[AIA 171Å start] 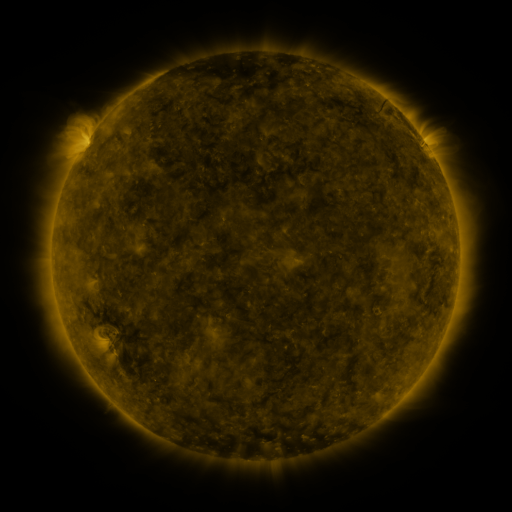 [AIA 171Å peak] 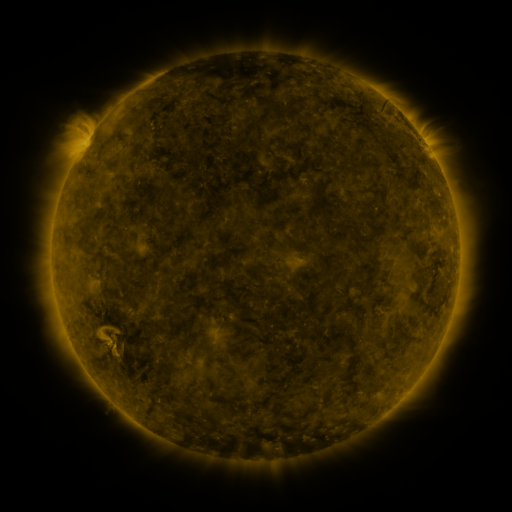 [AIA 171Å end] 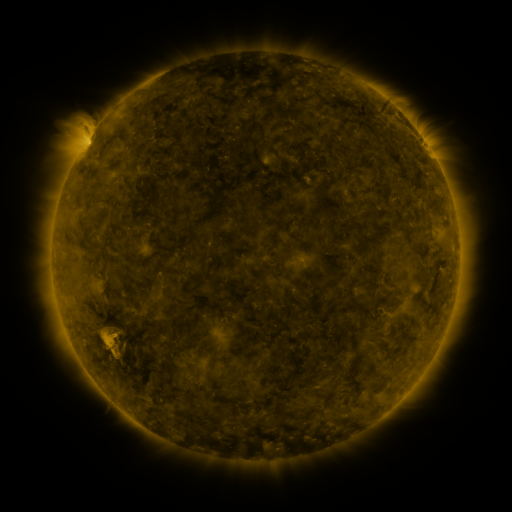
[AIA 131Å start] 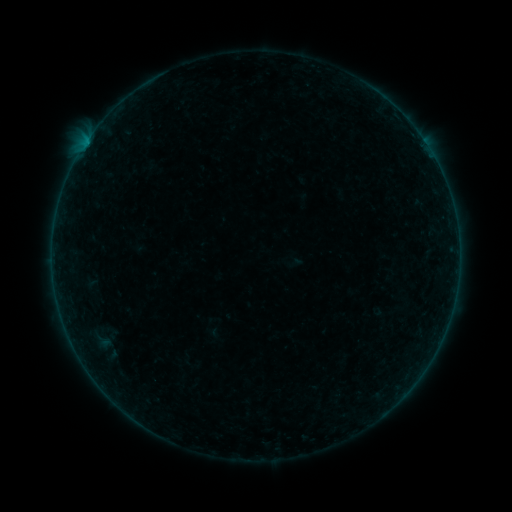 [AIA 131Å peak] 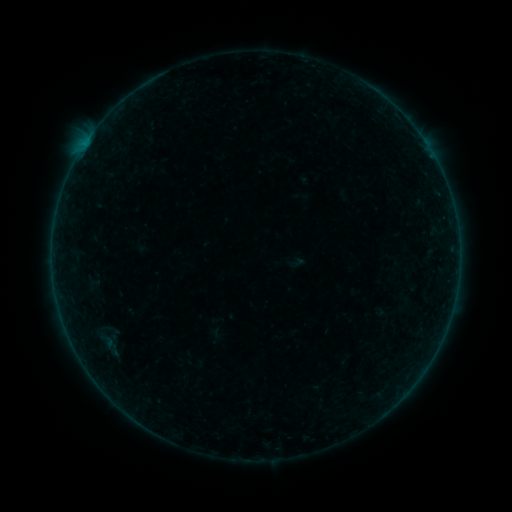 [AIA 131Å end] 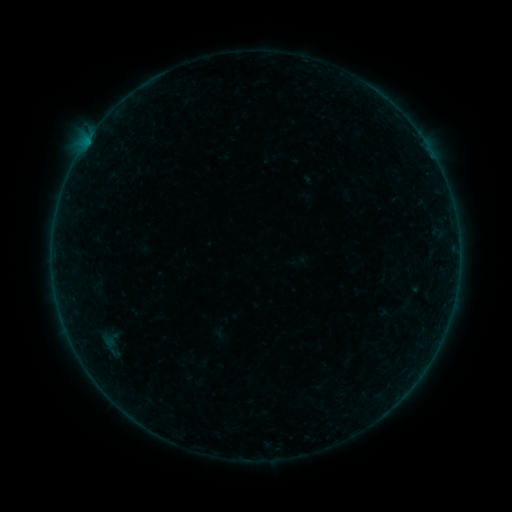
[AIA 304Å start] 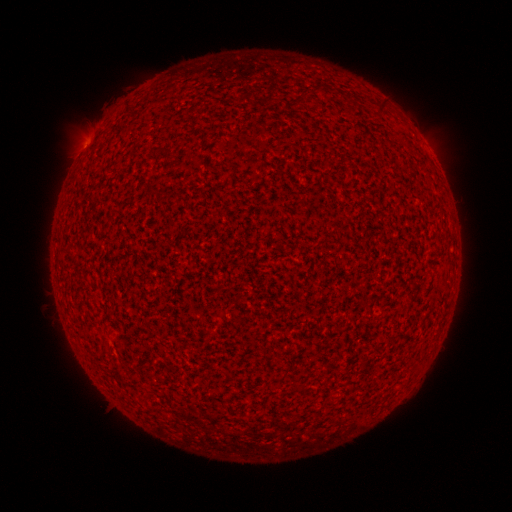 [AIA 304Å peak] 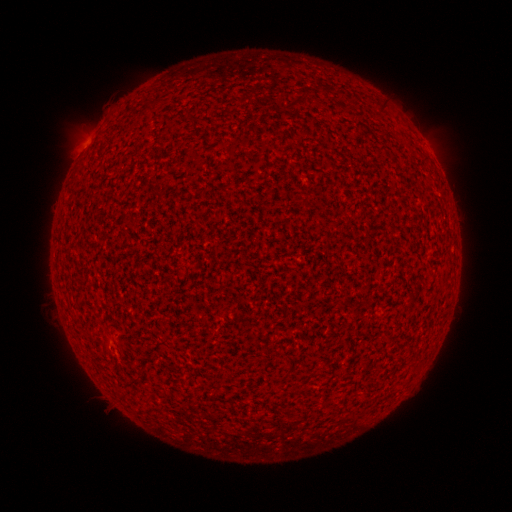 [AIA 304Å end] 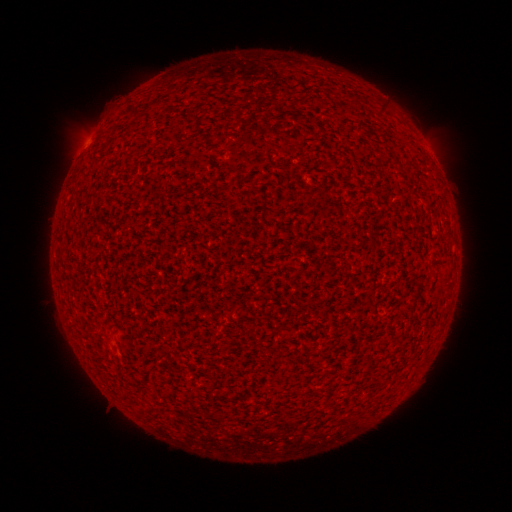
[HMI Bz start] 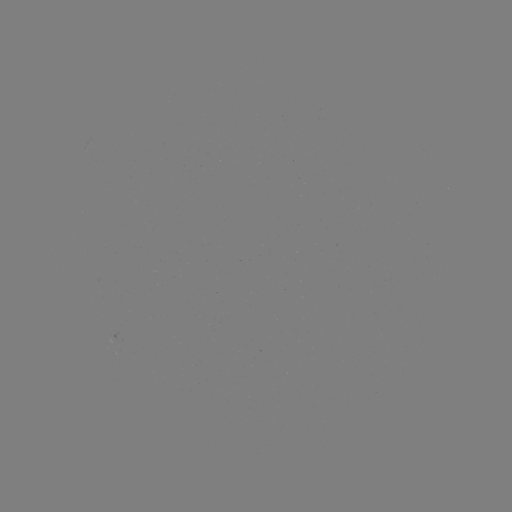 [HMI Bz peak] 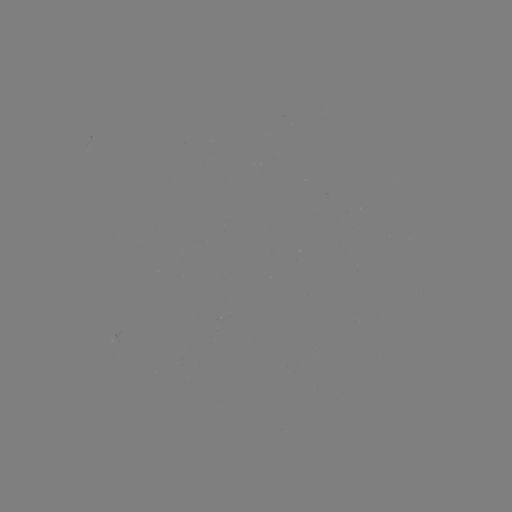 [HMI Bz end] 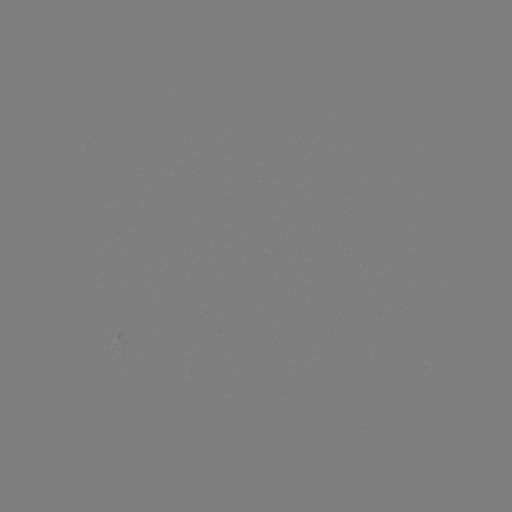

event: flare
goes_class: A3.0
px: (109, 343)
